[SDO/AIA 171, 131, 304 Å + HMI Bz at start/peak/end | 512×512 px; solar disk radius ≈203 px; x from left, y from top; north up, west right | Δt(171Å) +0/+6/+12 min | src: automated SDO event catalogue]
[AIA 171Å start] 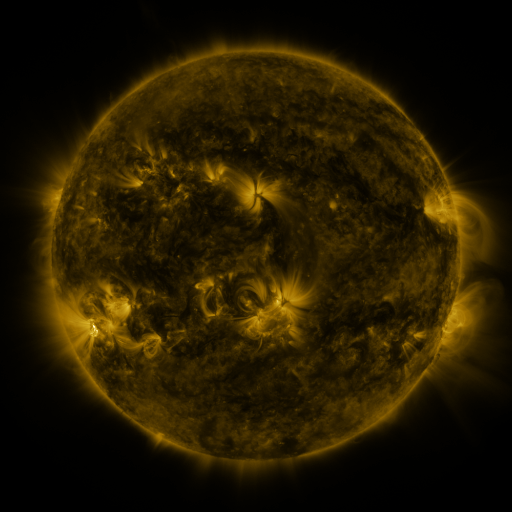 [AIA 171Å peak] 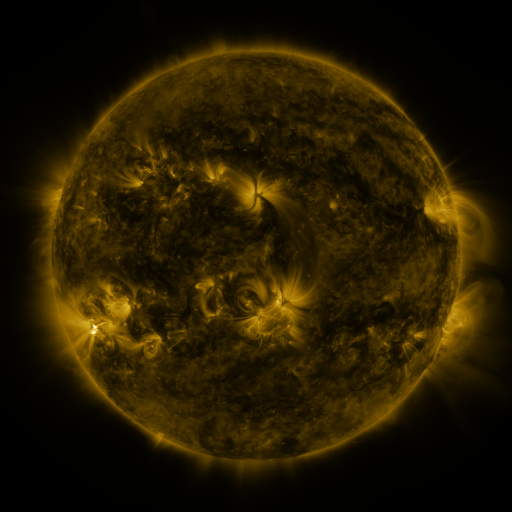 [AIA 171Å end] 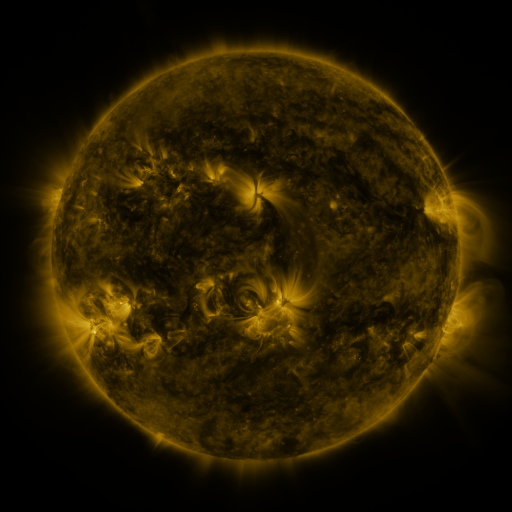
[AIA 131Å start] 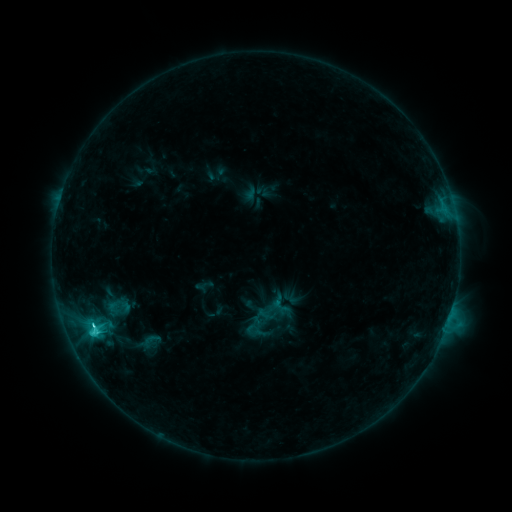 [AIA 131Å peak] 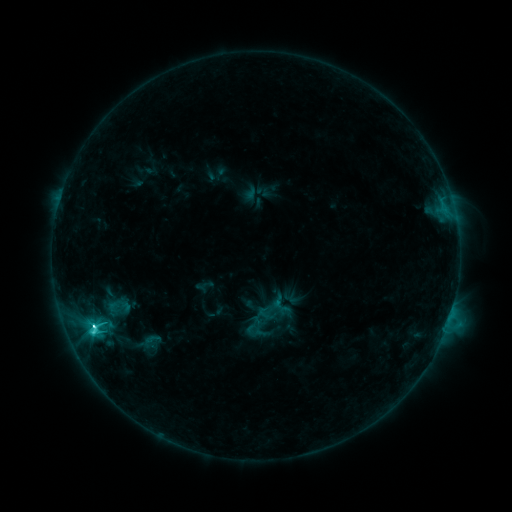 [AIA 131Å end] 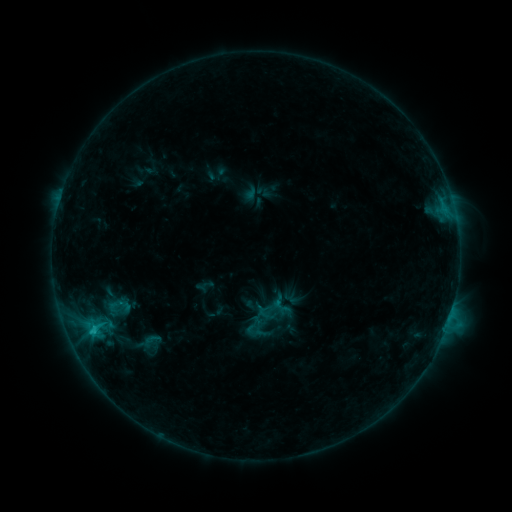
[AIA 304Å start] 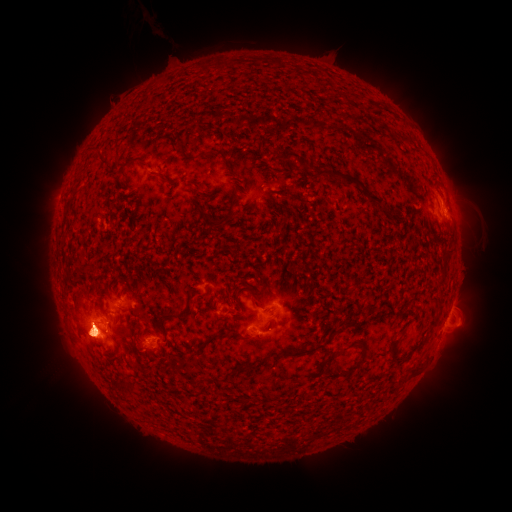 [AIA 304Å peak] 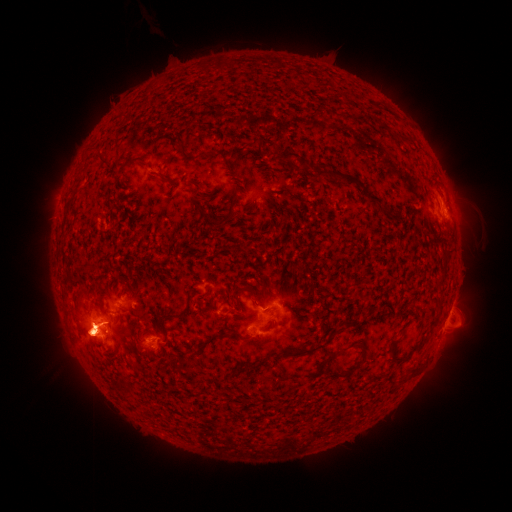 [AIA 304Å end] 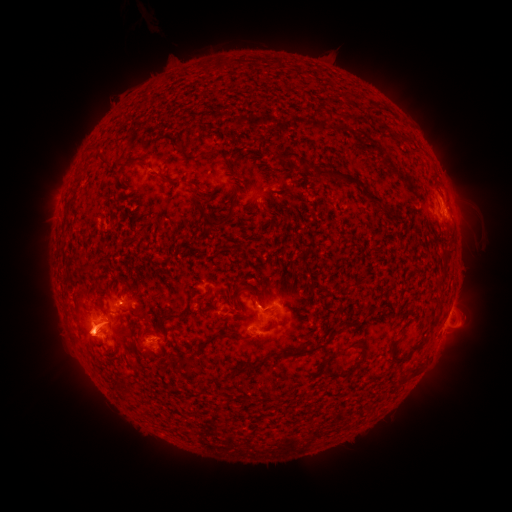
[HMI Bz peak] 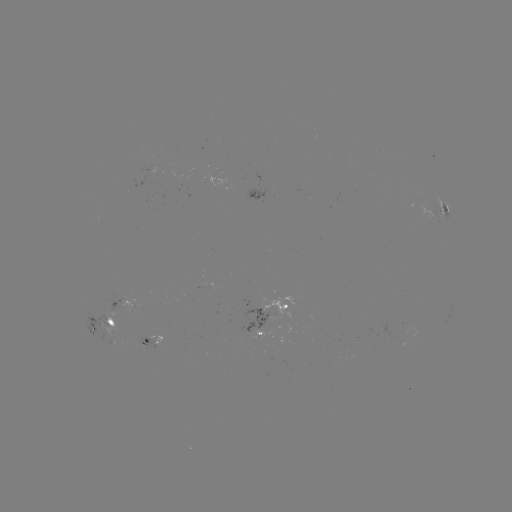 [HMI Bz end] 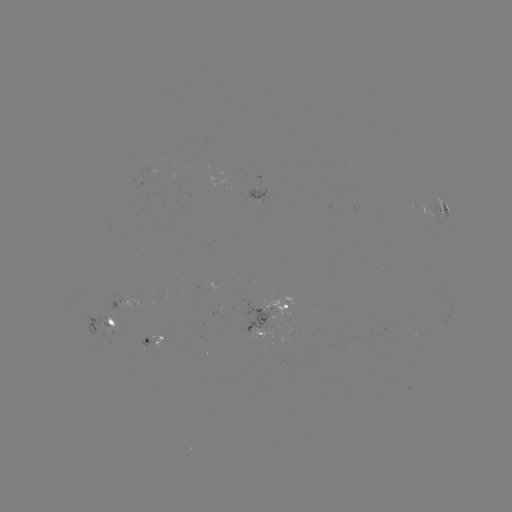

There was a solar flare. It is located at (92, 325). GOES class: C6.0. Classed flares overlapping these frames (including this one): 1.